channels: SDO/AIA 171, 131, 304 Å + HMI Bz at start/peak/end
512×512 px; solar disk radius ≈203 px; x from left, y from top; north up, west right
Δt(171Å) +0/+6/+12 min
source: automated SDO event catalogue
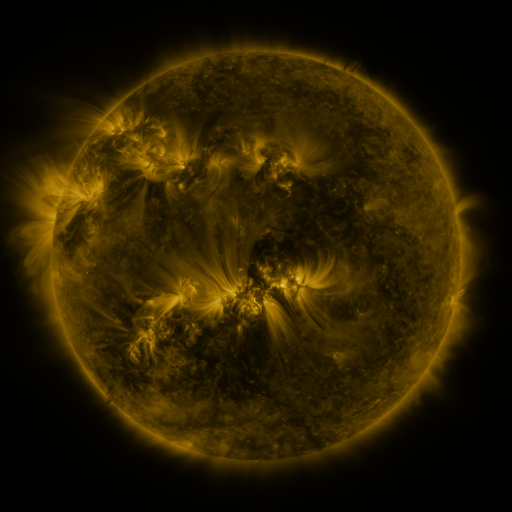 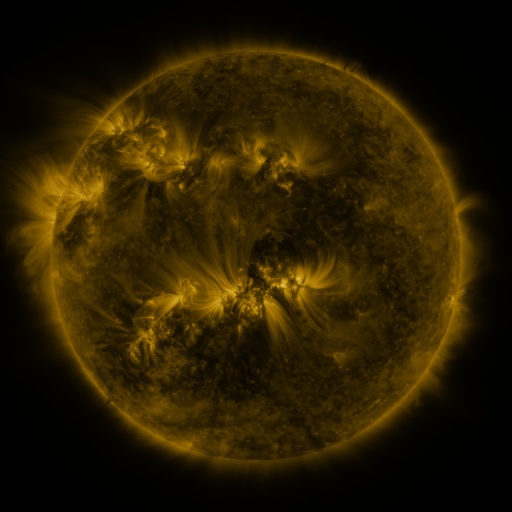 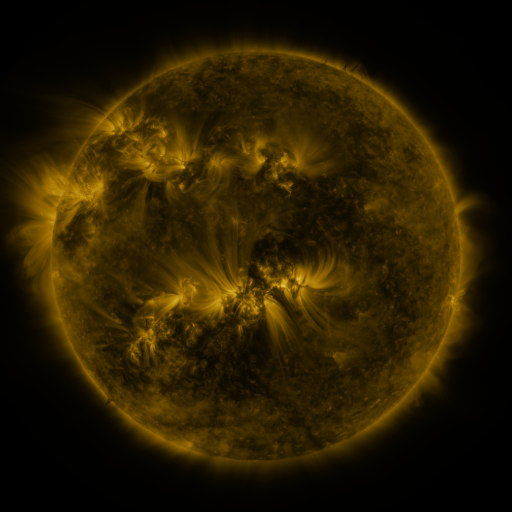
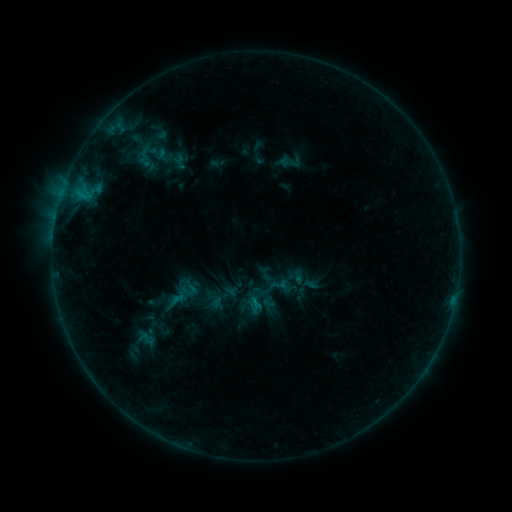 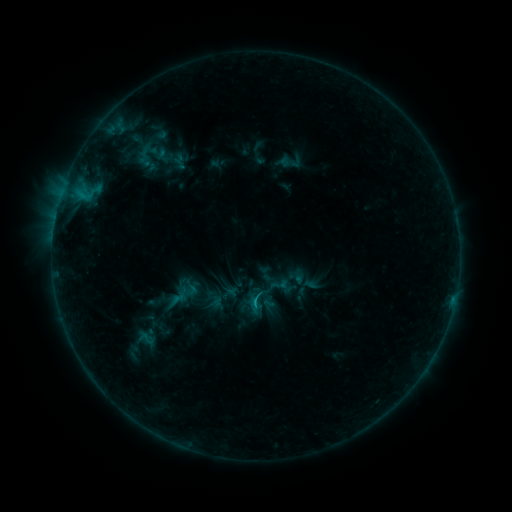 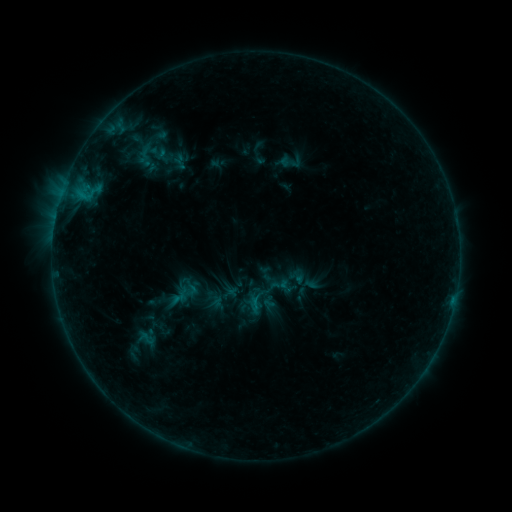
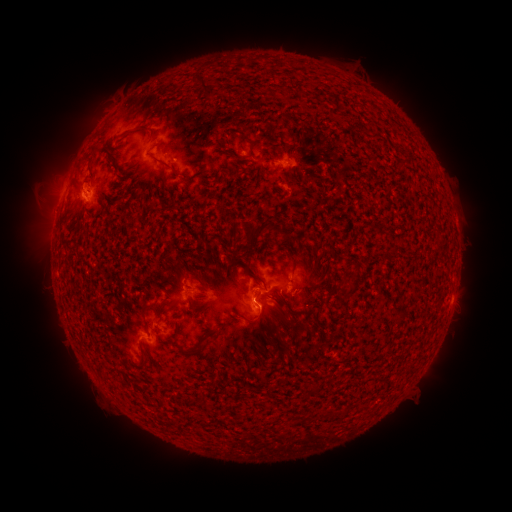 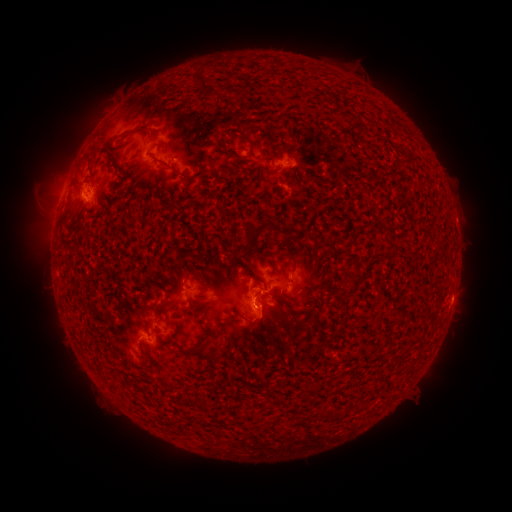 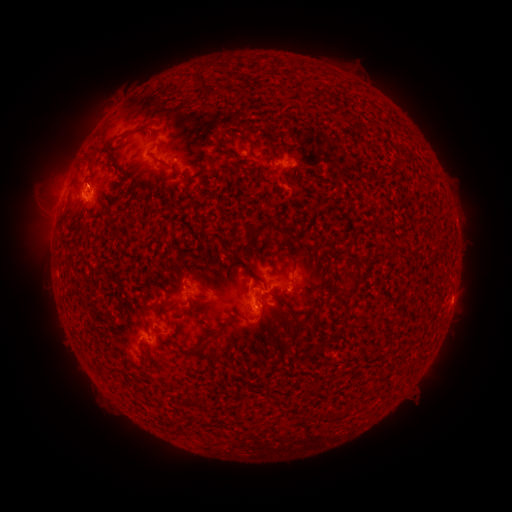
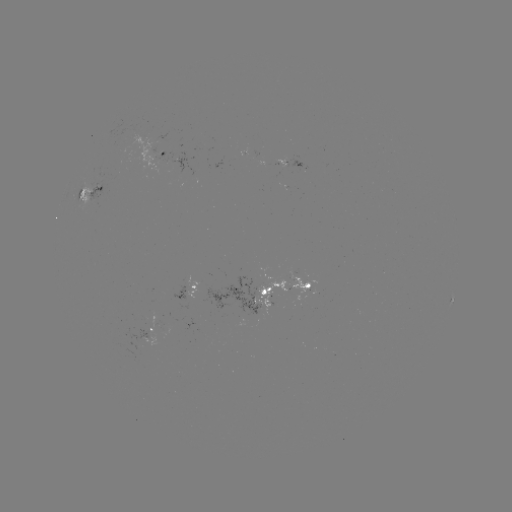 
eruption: (247, 302, 287, 344)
